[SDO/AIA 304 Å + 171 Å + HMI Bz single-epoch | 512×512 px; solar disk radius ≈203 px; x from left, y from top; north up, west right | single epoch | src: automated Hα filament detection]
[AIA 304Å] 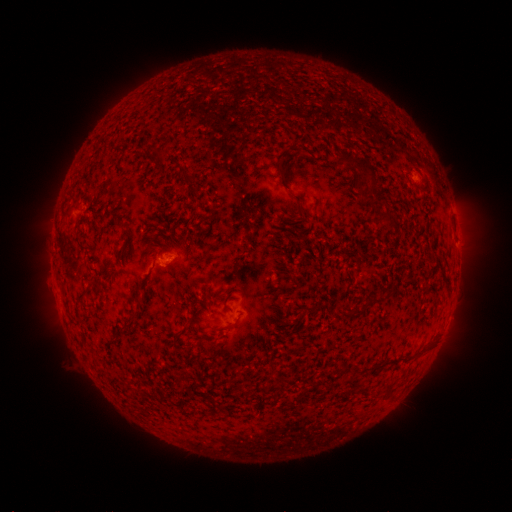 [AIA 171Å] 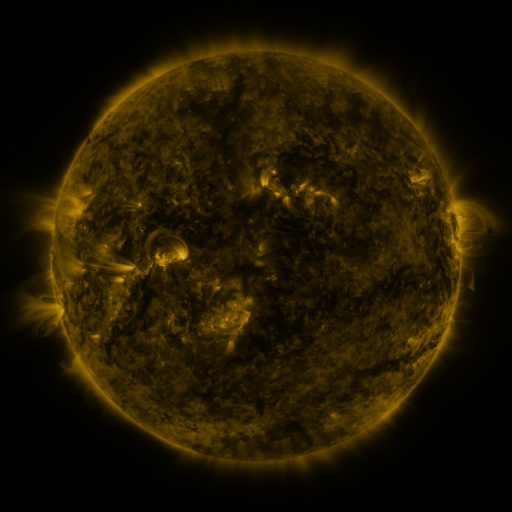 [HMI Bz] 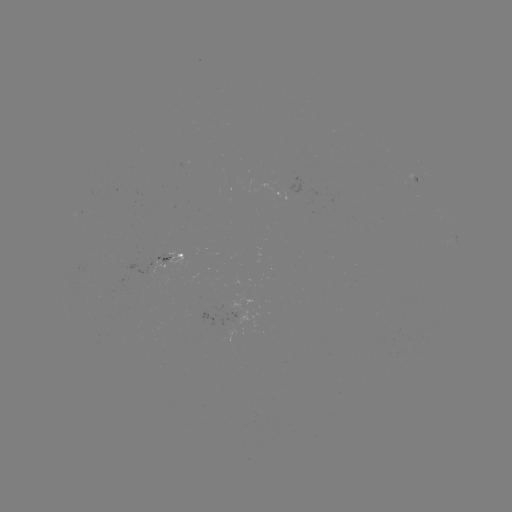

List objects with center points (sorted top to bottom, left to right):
filament: [336, 149, 376, 184]
filament: [208, 208, 217, 219]
filament: [373, 213, 392, 223]
filament: [121, 229, 131, 238]
filament: [370, 293, 382, 303]
filament: [347, 302, 371, 319]
filament: [178, 324, 192, 337]
